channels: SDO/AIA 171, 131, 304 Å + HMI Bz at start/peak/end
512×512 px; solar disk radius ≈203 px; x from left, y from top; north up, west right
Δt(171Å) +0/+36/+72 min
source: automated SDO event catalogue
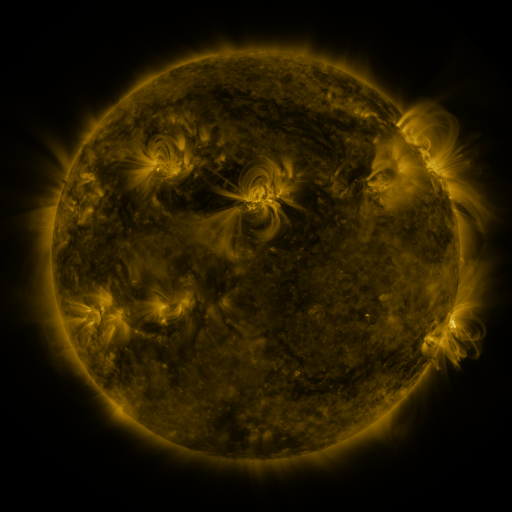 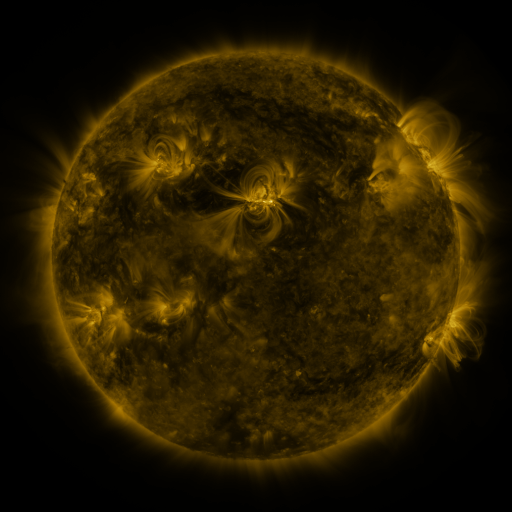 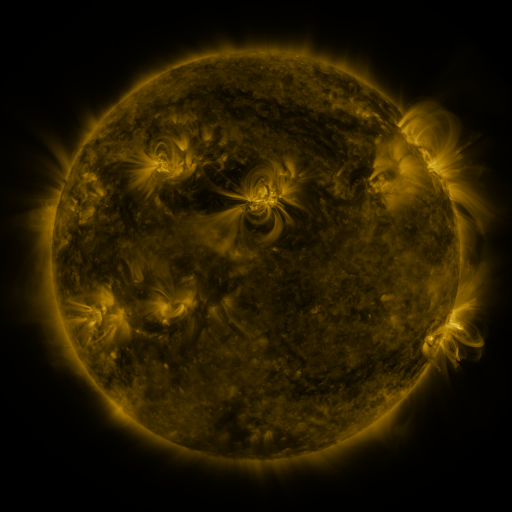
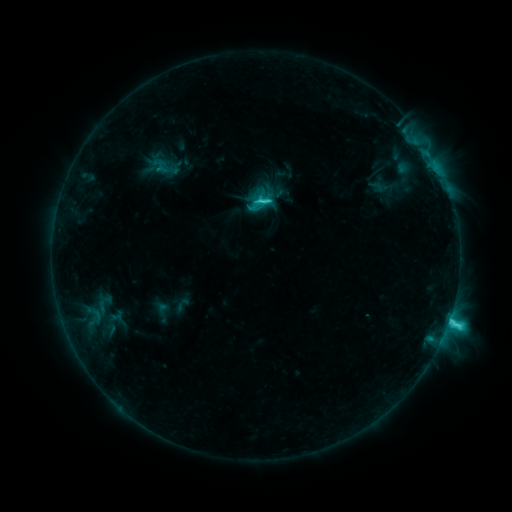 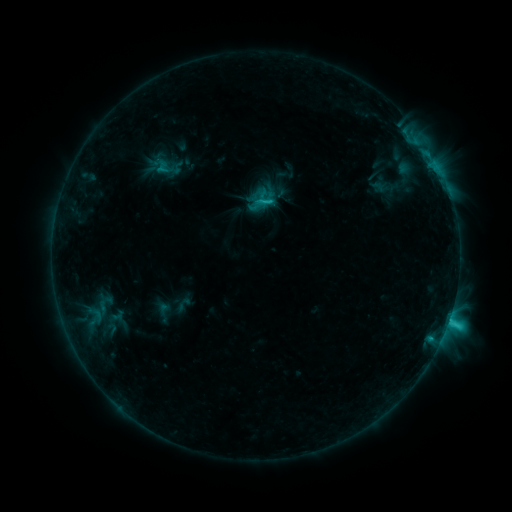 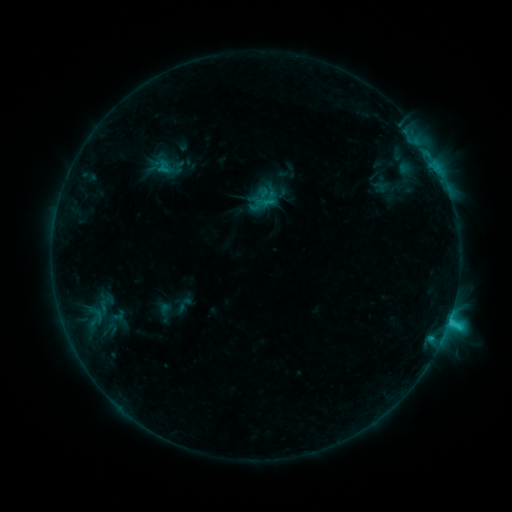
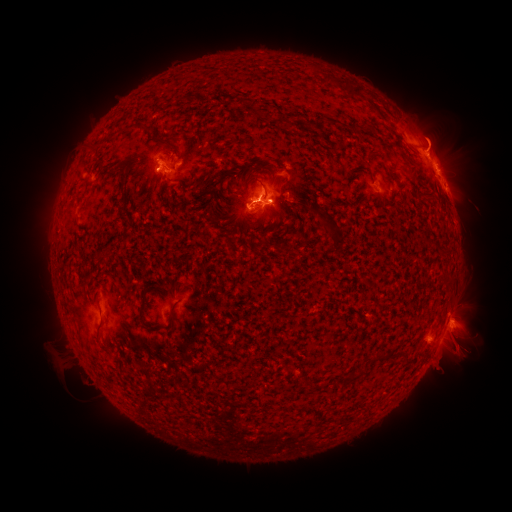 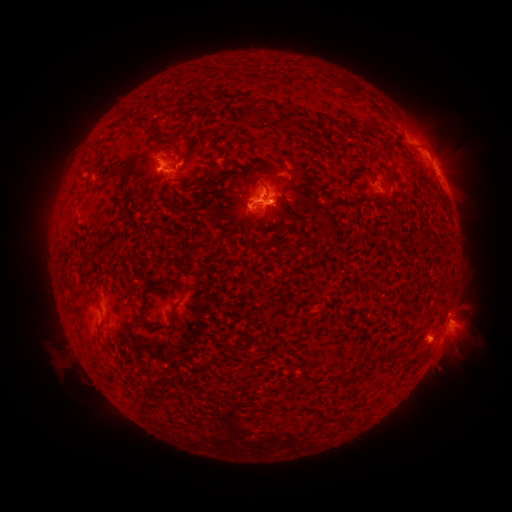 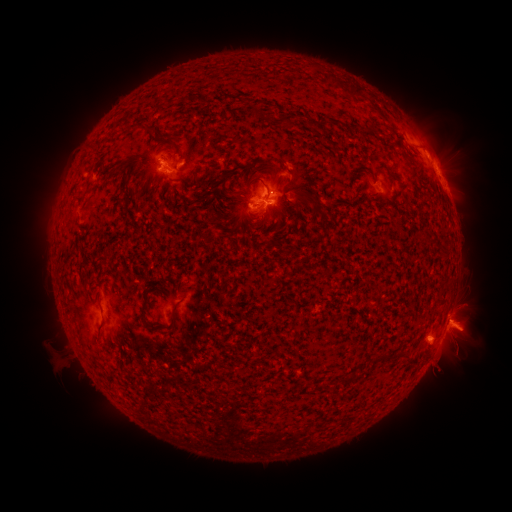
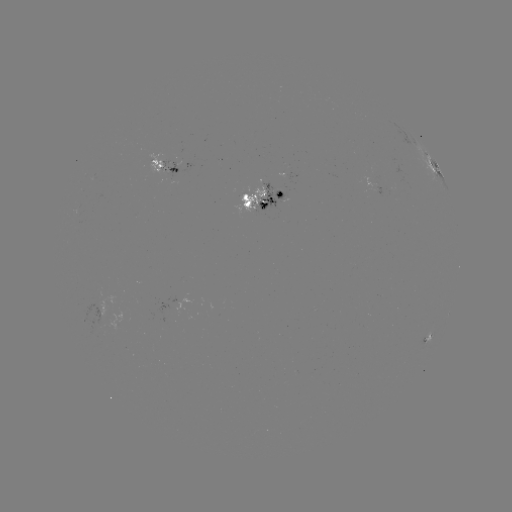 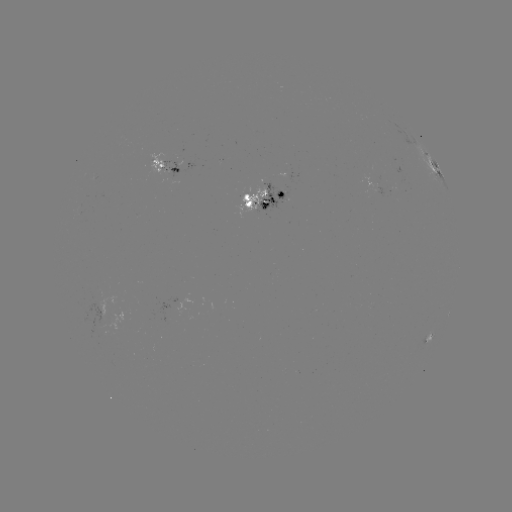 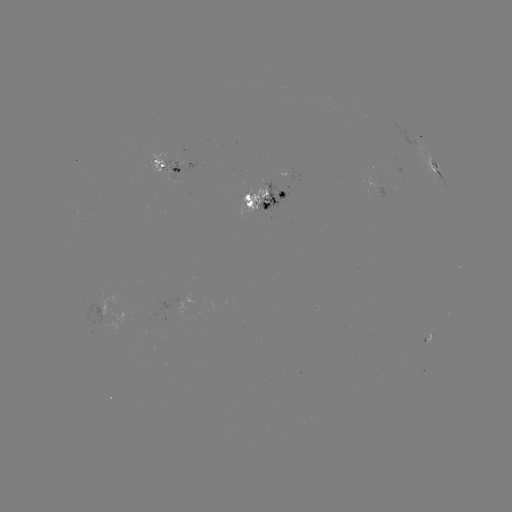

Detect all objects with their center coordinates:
emerging-flux region: (163, 166)
